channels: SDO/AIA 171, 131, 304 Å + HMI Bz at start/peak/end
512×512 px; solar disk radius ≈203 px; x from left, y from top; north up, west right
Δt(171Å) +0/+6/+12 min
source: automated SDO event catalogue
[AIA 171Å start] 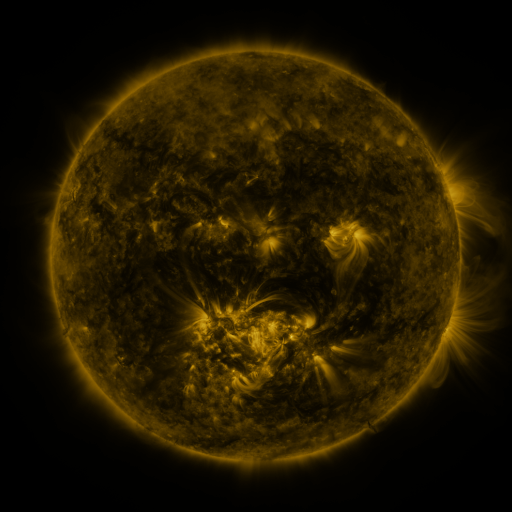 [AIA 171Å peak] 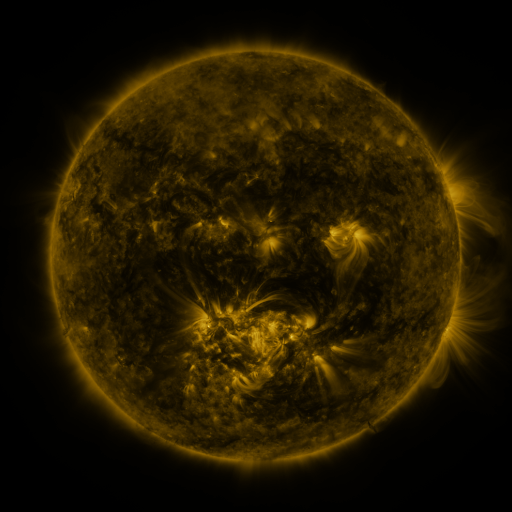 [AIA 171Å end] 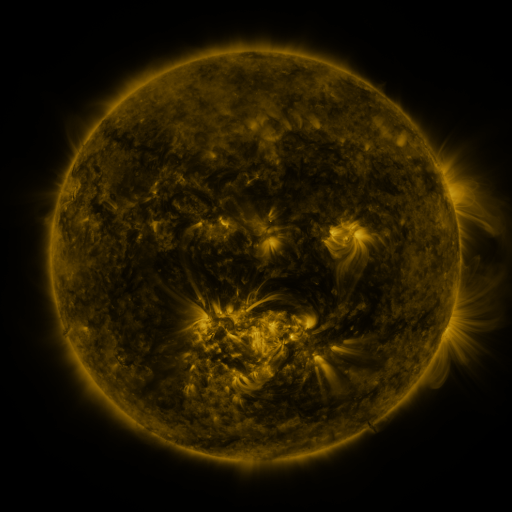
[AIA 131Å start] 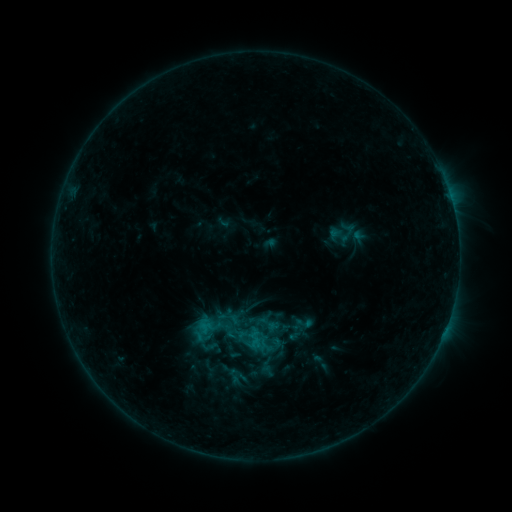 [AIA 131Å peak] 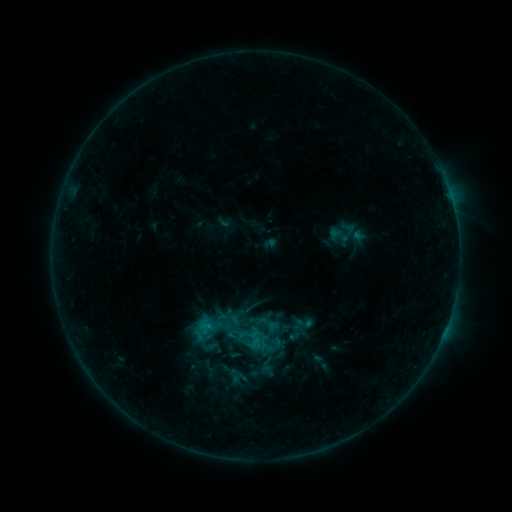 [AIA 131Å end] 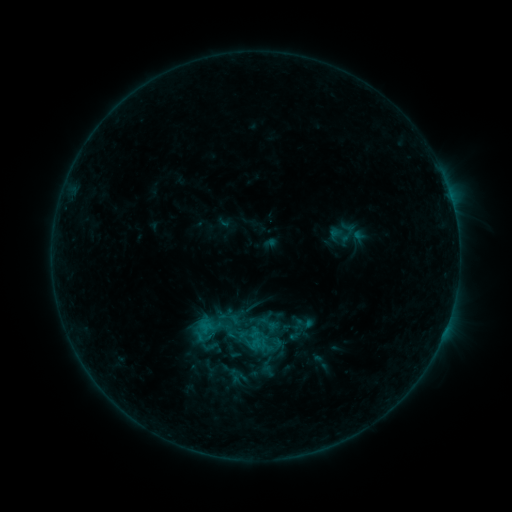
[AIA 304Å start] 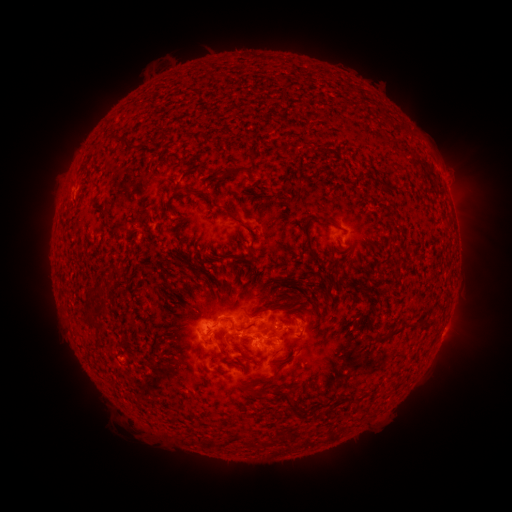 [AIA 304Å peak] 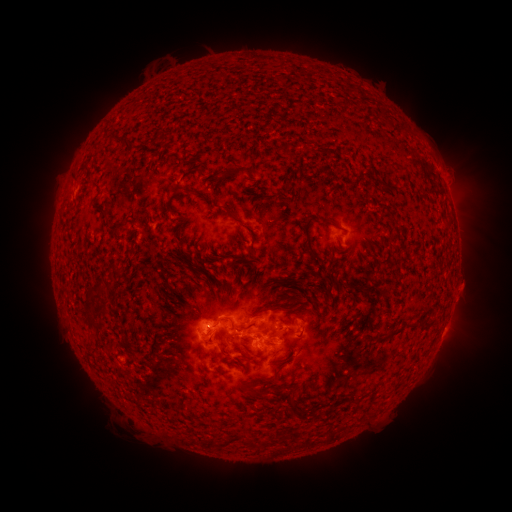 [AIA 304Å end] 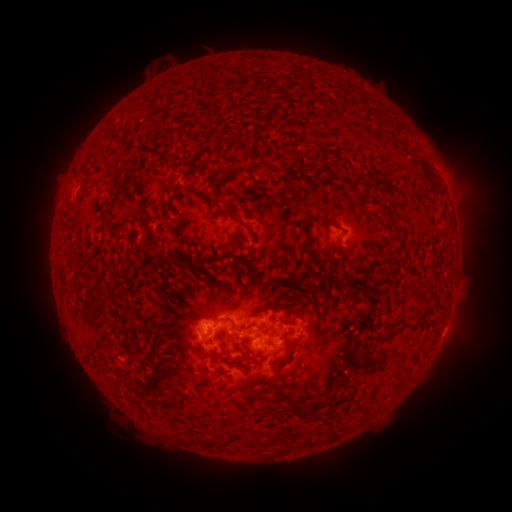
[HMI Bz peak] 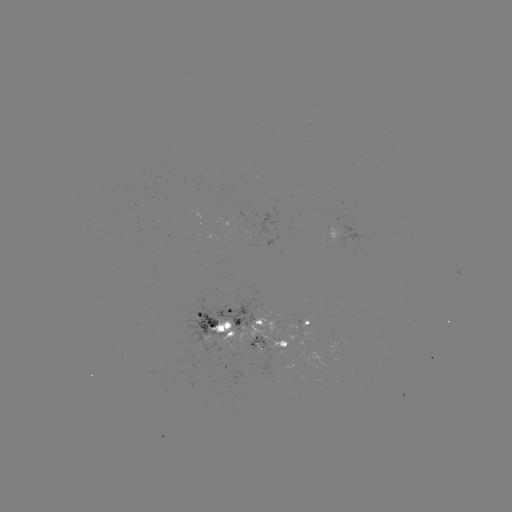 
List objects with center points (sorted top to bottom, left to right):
eruption: (469, 287)
